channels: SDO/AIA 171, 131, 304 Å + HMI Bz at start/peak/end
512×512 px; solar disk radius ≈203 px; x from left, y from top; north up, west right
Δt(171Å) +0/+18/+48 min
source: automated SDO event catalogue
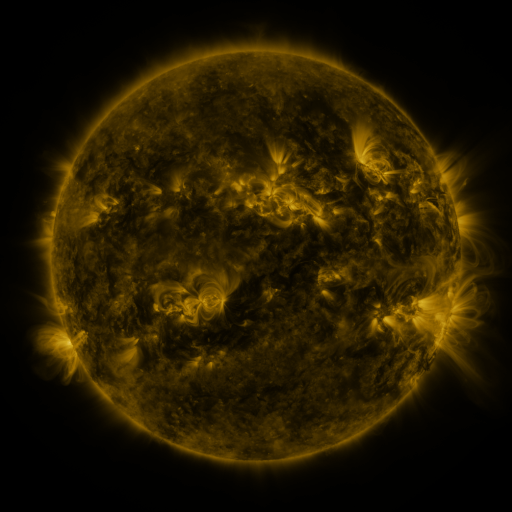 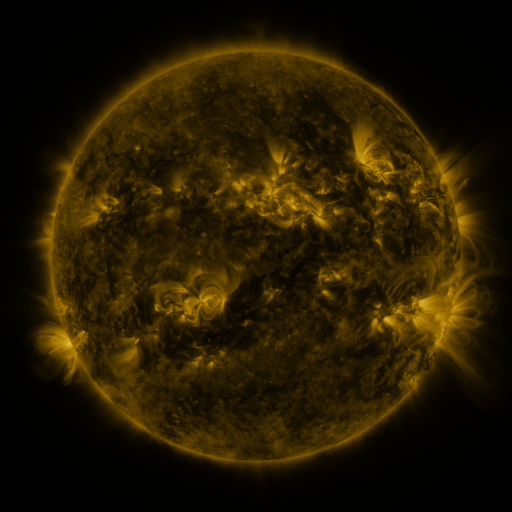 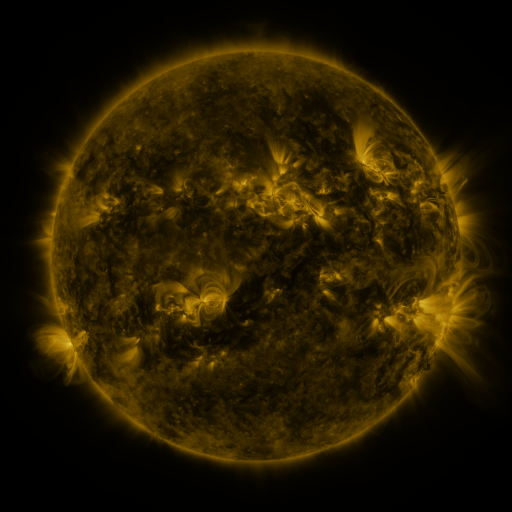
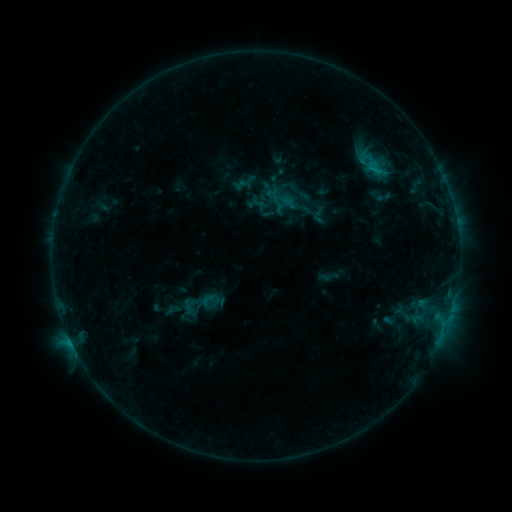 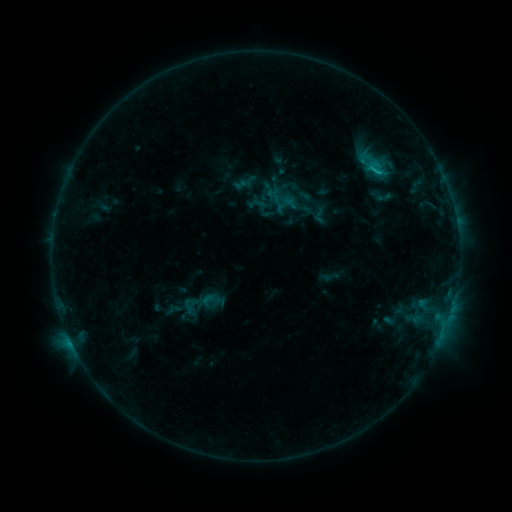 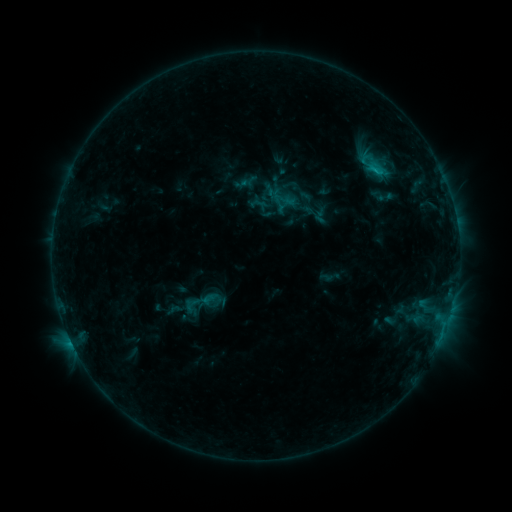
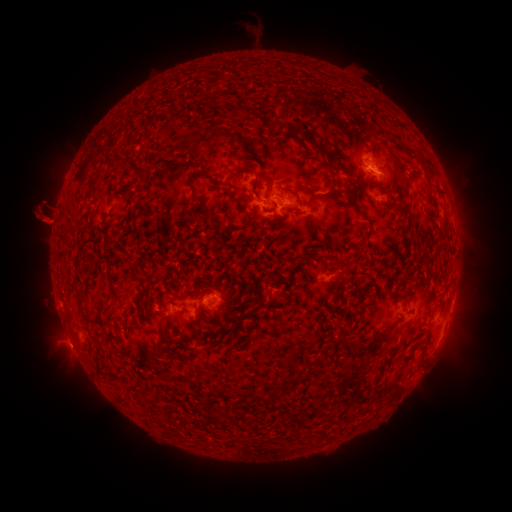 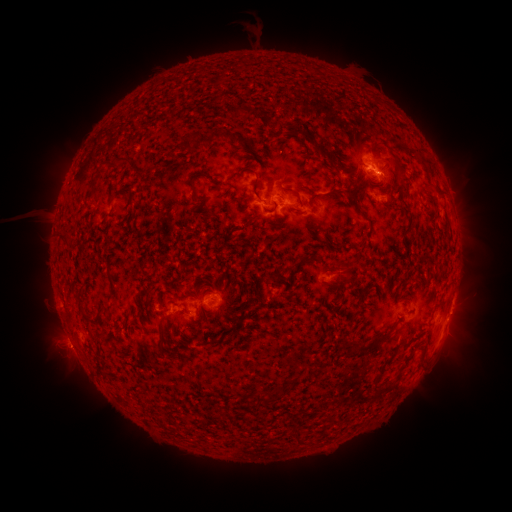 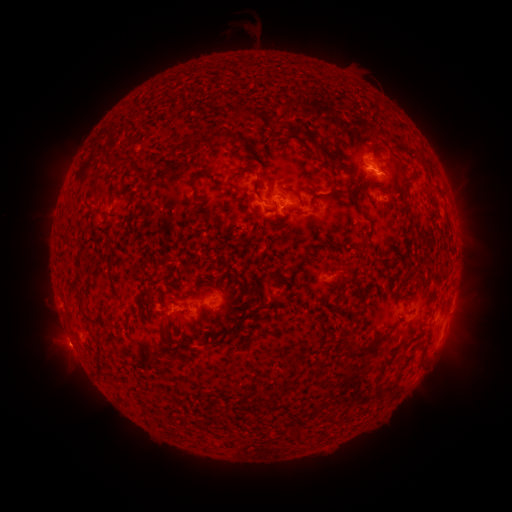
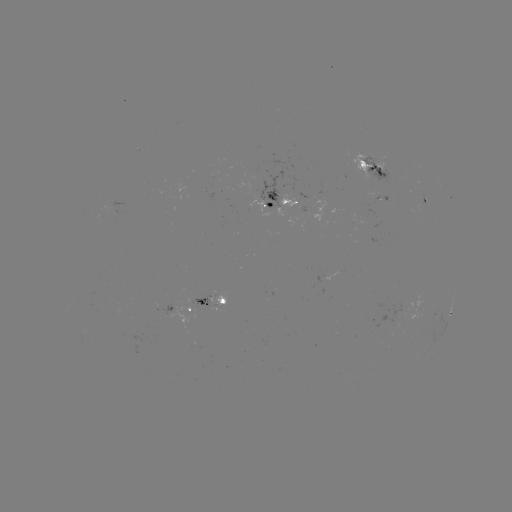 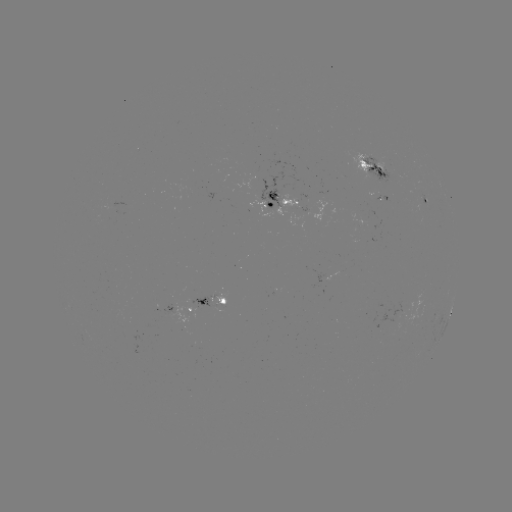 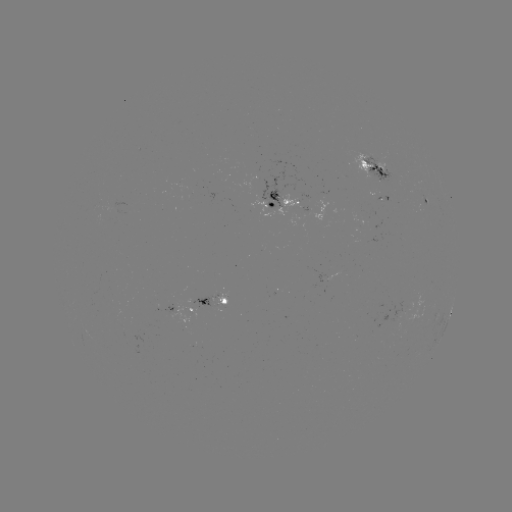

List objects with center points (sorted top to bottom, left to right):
C1.2 flare: (373, 171)
